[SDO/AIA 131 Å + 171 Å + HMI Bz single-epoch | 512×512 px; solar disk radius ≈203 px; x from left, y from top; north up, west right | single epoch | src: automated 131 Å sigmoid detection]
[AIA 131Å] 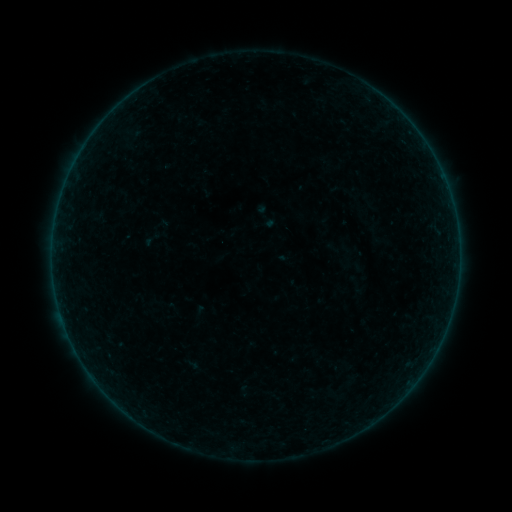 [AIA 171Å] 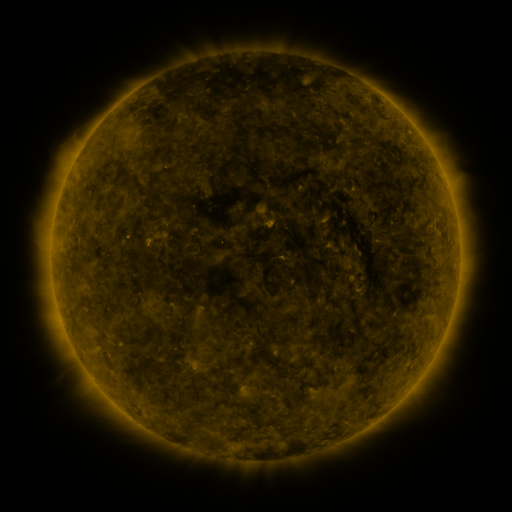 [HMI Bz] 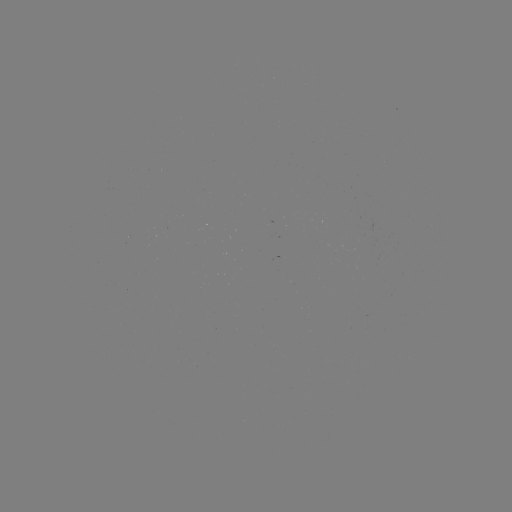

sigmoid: (253, 204, 280, 231)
